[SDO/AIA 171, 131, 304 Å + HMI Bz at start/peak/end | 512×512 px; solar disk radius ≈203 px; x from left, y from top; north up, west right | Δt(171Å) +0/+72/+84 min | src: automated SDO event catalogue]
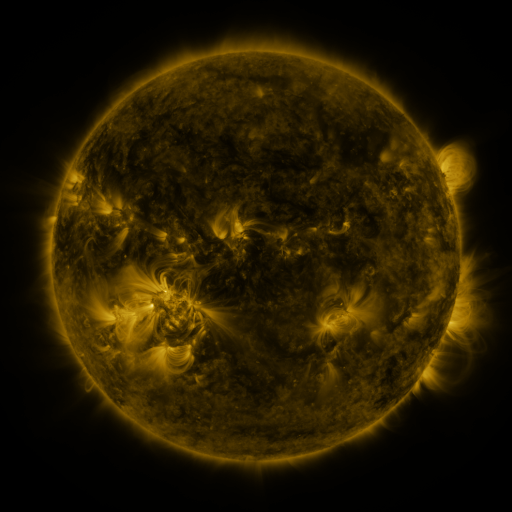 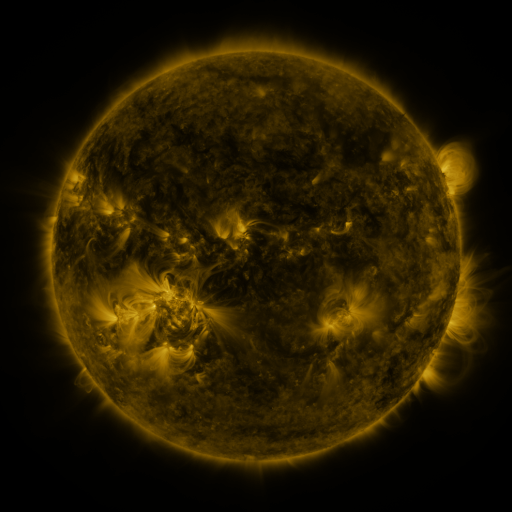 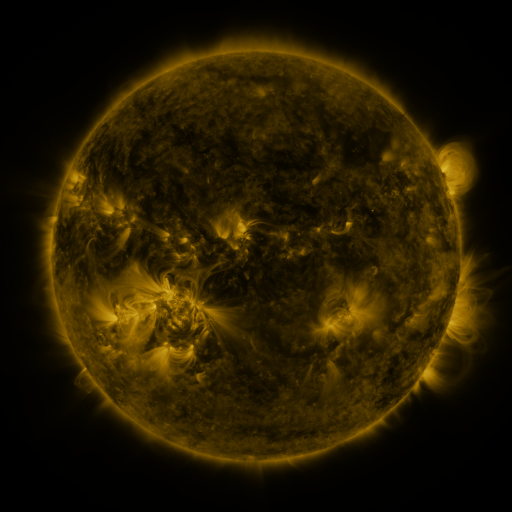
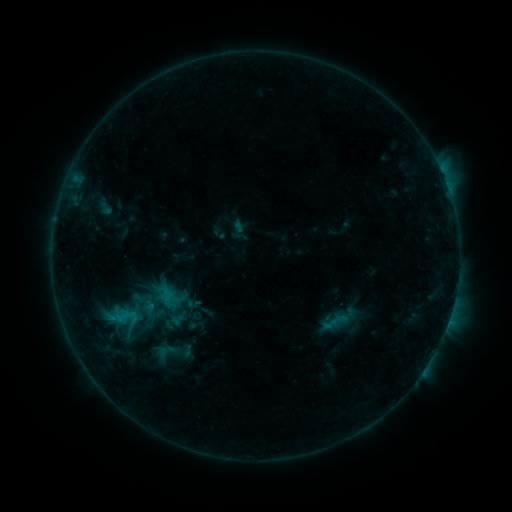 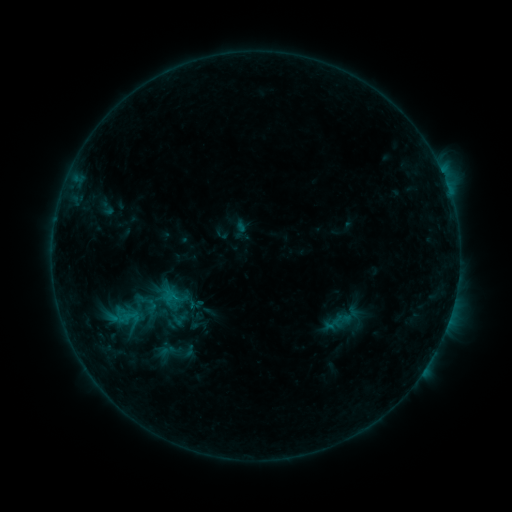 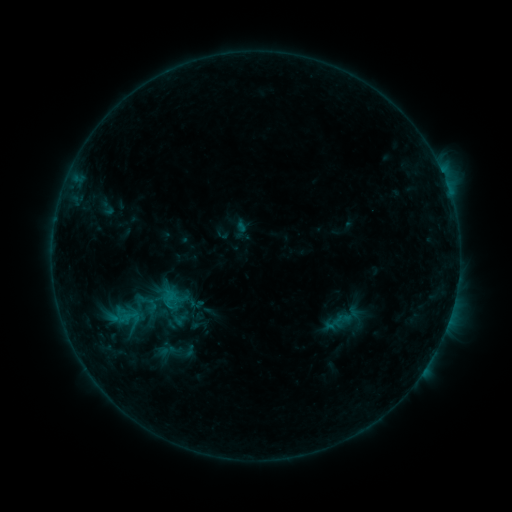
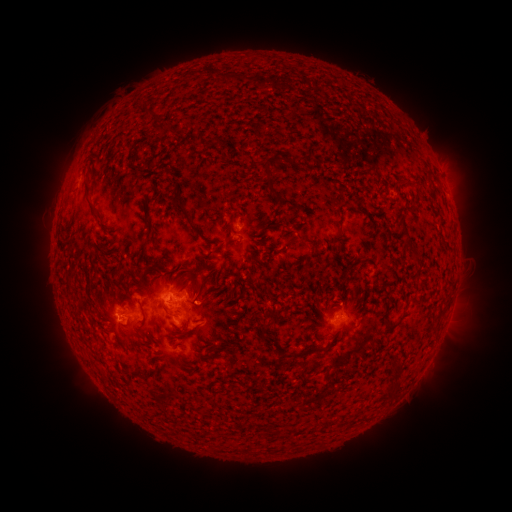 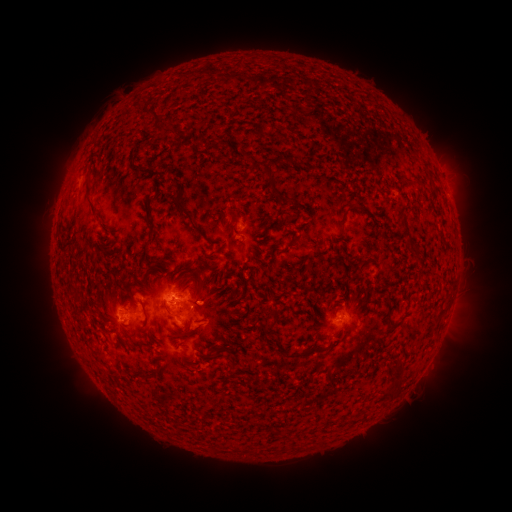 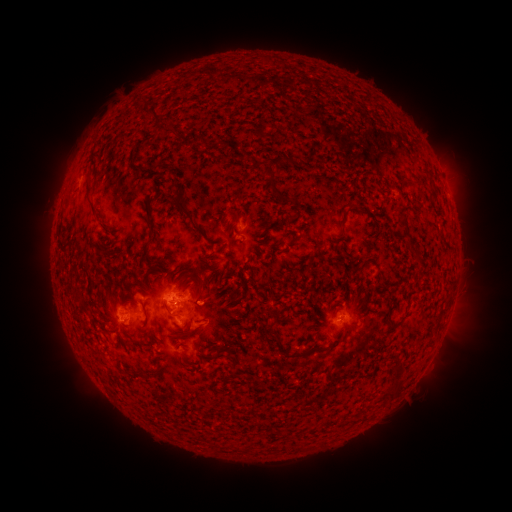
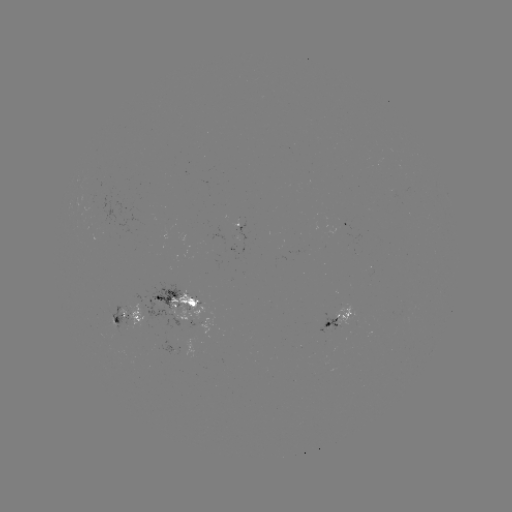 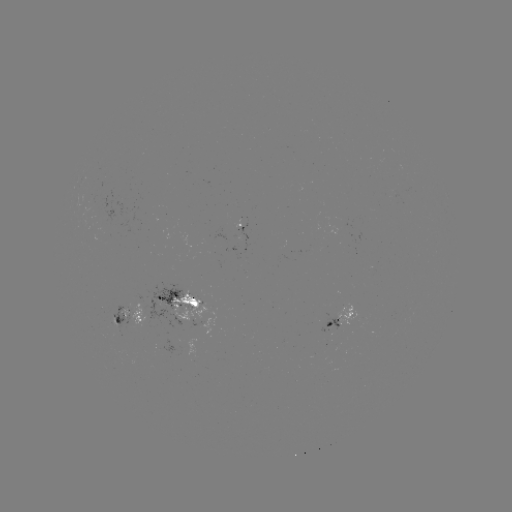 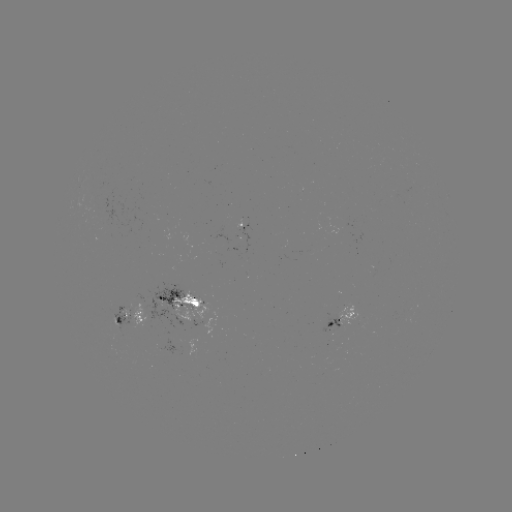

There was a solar emerging-flux region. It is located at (91, 205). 